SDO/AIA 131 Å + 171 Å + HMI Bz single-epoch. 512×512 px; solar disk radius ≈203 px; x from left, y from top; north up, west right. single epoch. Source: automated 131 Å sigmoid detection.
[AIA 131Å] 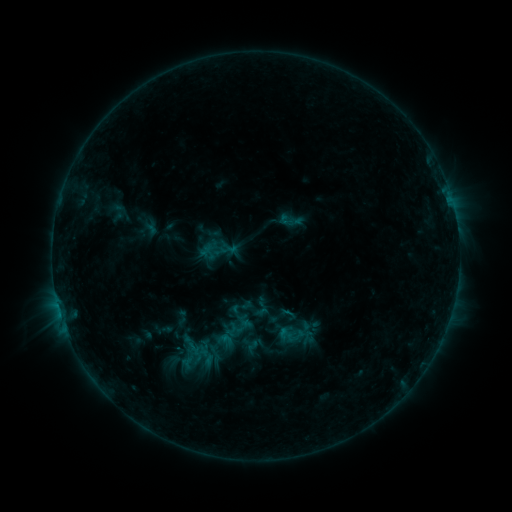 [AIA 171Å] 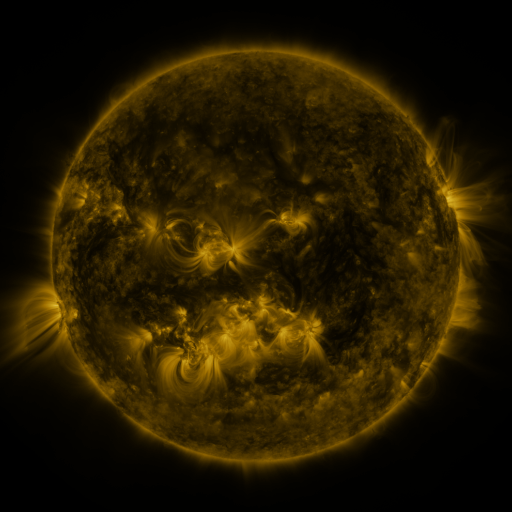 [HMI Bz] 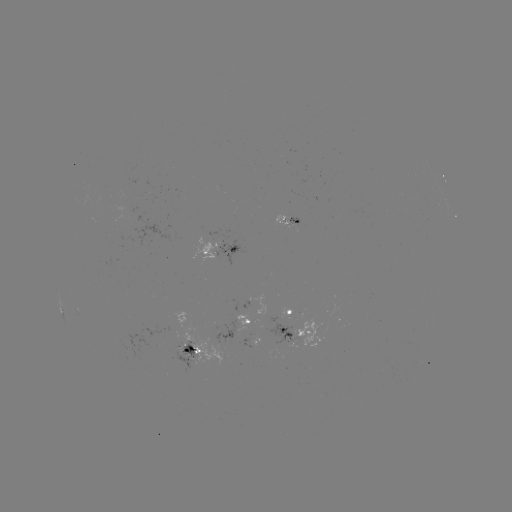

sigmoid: <bbox>240, 333, 259, 353</bbox>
